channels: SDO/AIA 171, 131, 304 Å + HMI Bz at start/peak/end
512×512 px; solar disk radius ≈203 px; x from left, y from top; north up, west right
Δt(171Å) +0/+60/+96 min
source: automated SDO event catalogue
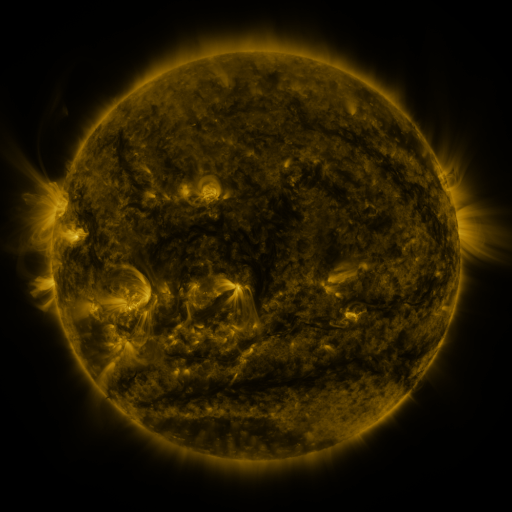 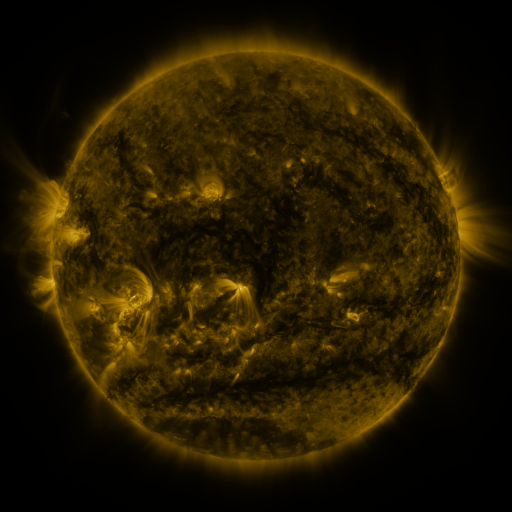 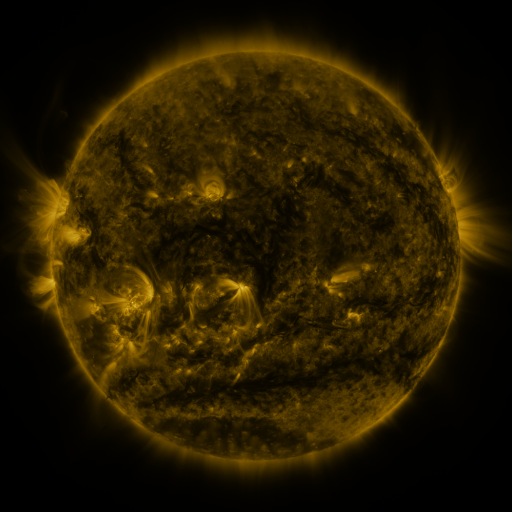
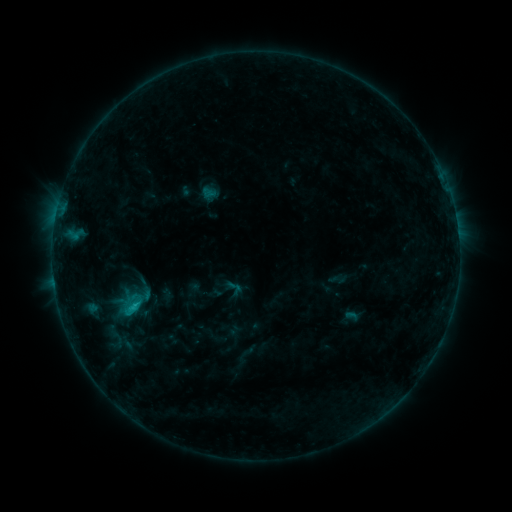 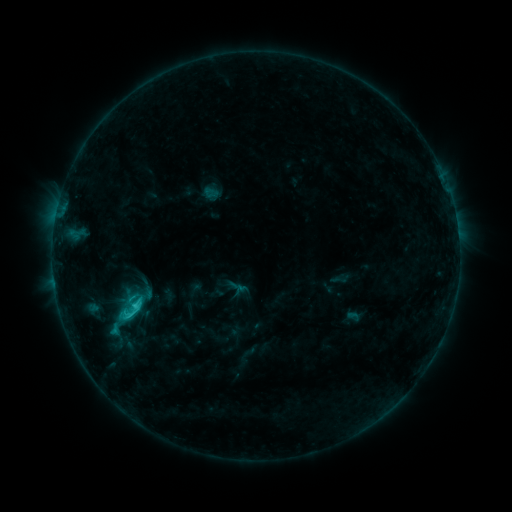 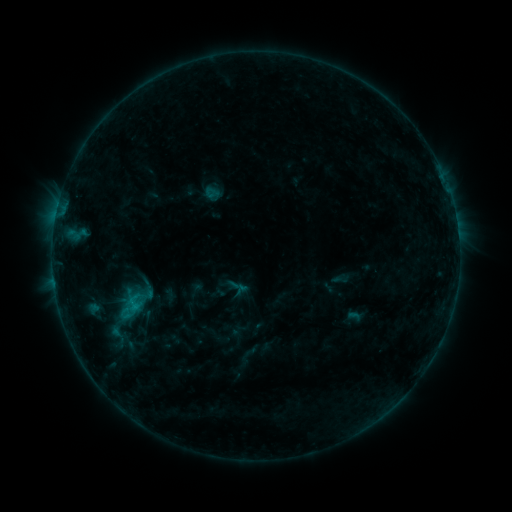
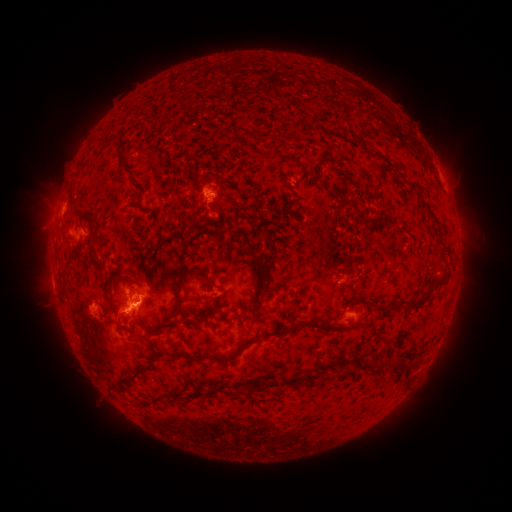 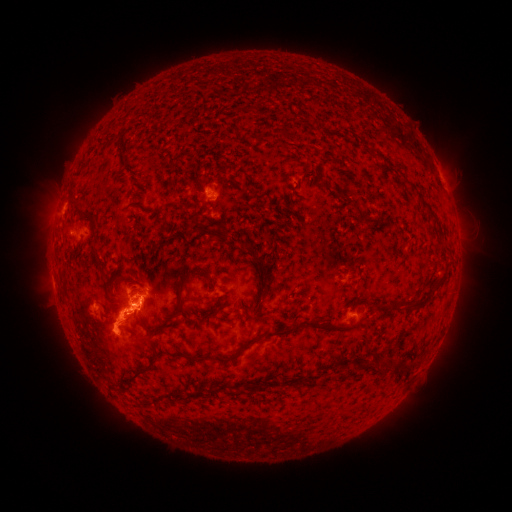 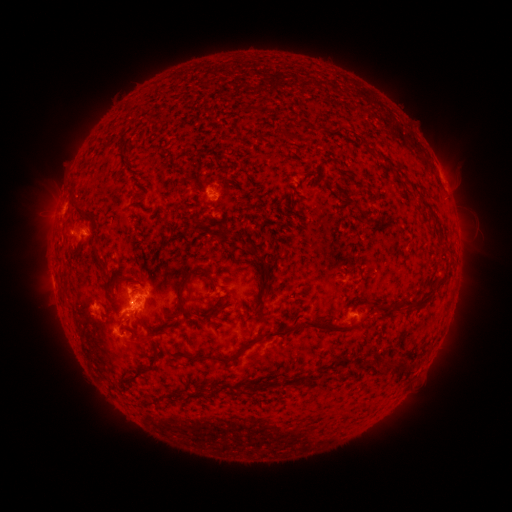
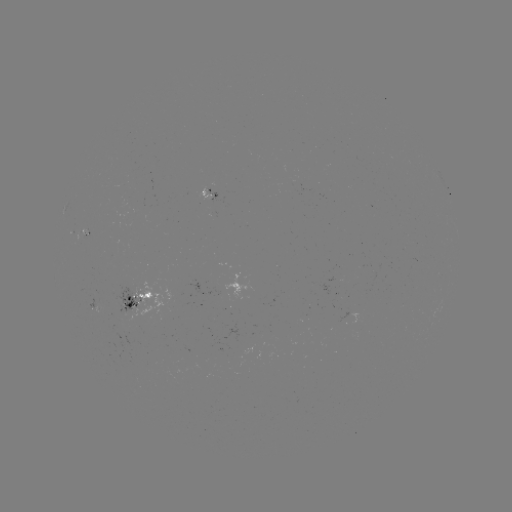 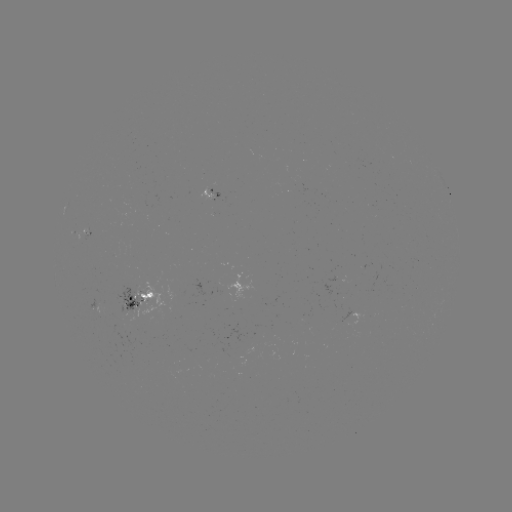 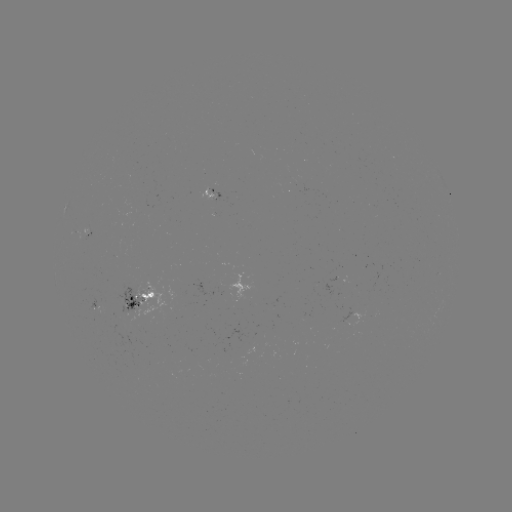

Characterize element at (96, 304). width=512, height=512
emerging-flux region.